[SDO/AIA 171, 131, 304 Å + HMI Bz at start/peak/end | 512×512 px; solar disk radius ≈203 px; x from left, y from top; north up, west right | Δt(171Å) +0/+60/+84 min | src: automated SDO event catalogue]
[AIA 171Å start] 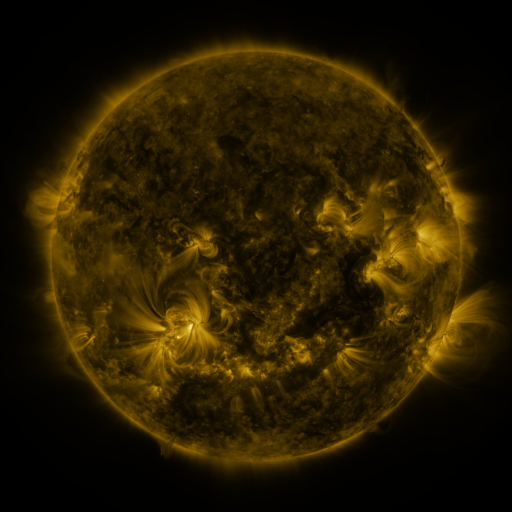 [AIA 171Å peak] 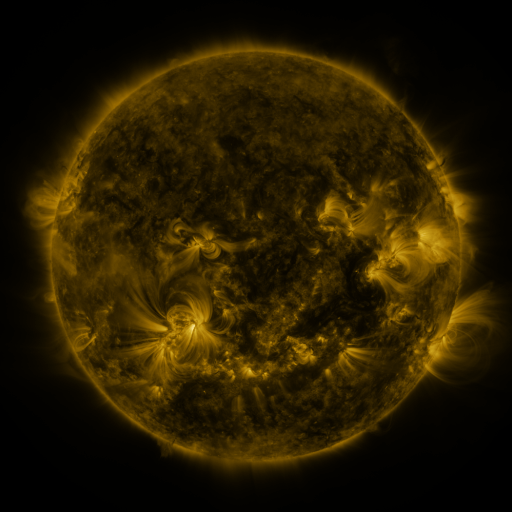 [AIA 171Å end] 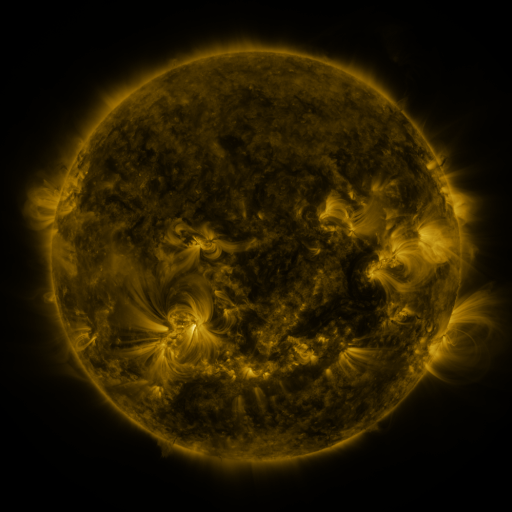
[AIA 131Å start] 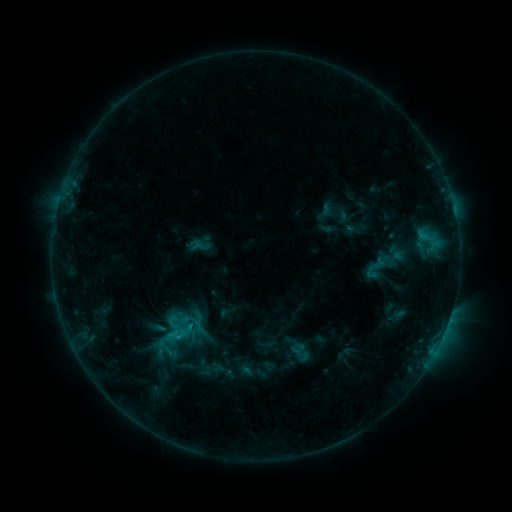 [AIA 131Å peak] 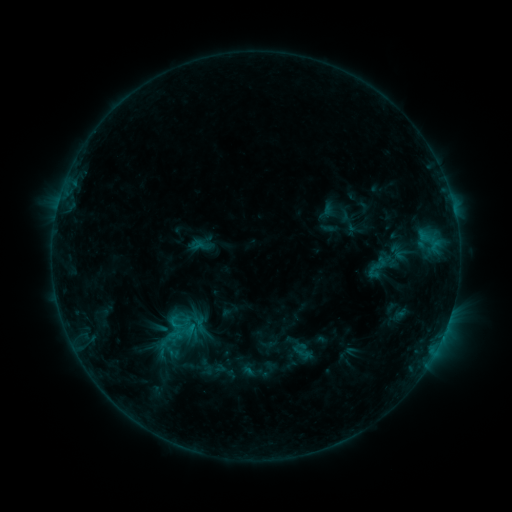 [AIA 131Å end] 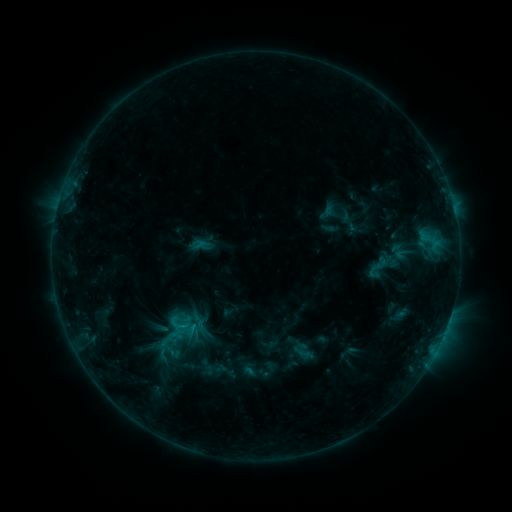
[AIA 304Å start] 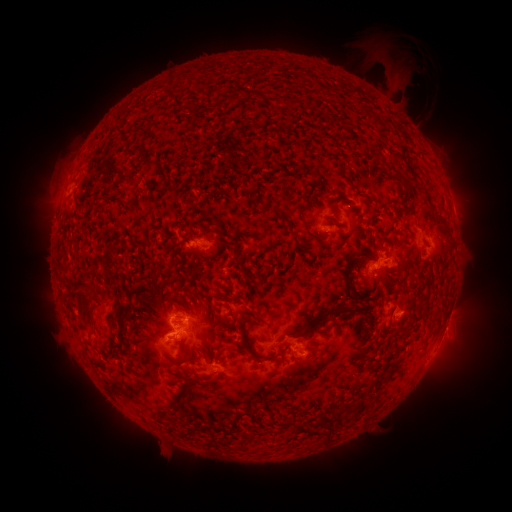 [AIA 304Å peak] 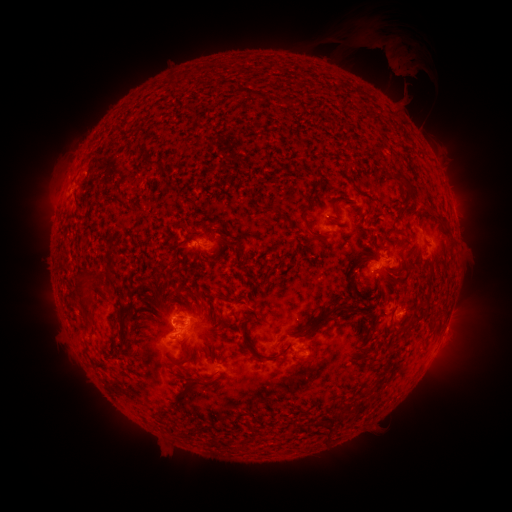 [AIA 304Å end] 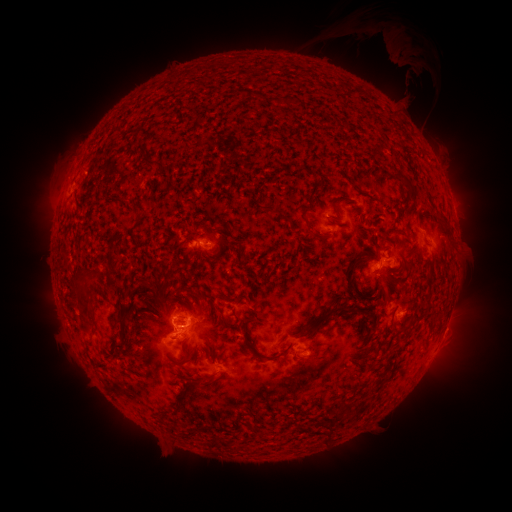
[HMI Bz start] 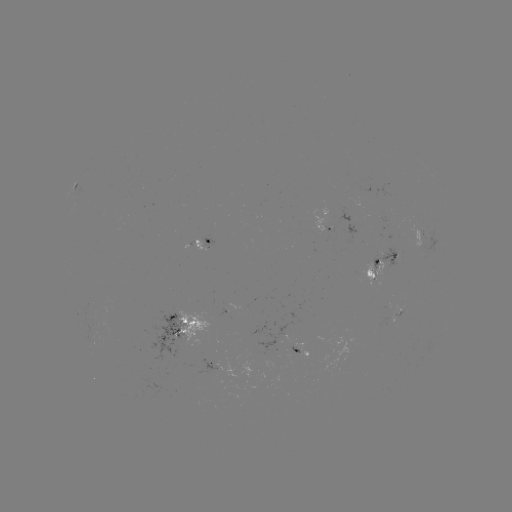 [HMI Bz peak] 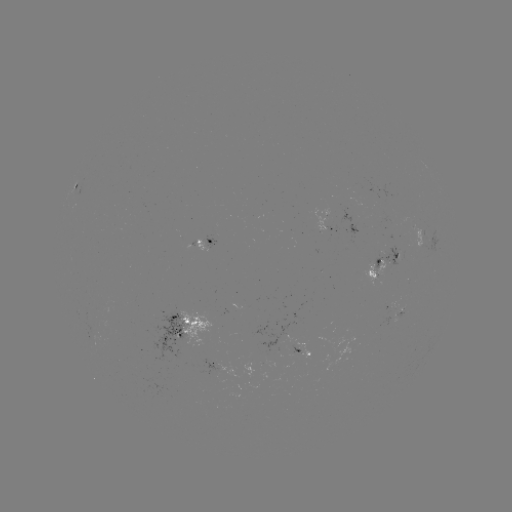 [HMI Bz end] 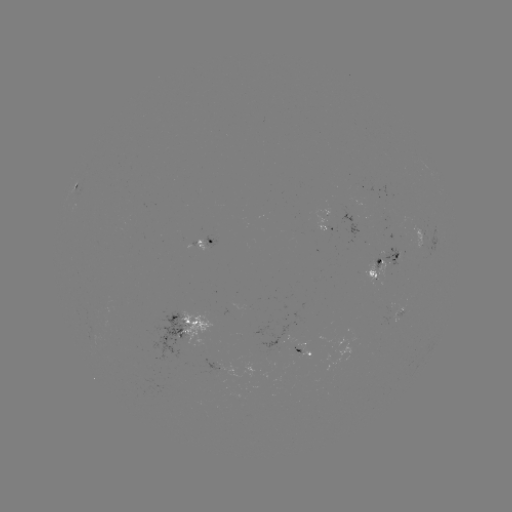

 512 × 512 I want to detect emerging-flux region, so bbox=[393, 304, 402, 316].